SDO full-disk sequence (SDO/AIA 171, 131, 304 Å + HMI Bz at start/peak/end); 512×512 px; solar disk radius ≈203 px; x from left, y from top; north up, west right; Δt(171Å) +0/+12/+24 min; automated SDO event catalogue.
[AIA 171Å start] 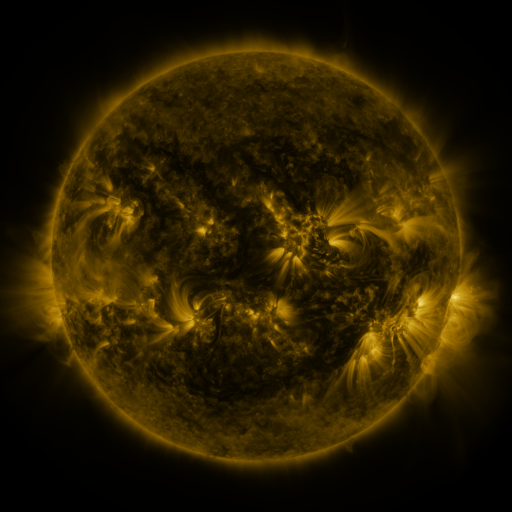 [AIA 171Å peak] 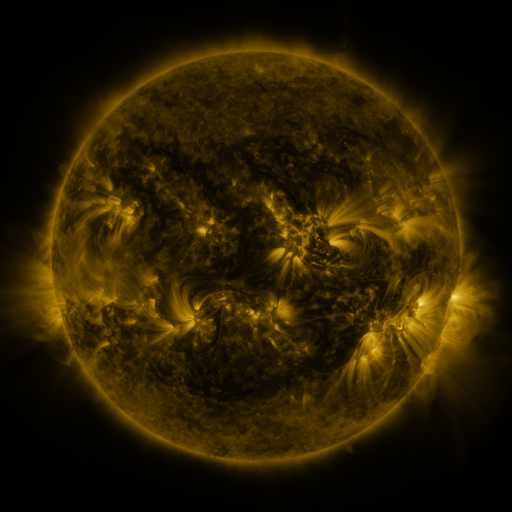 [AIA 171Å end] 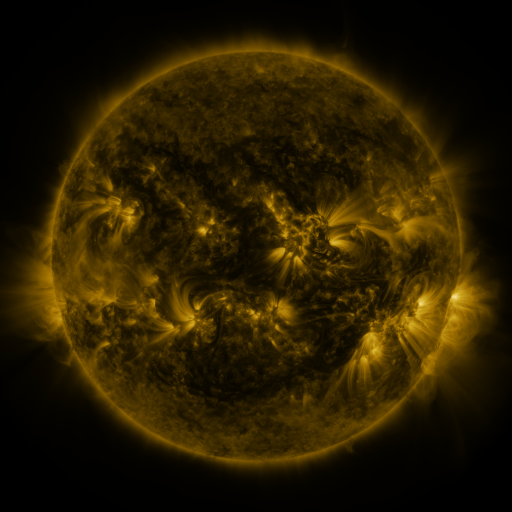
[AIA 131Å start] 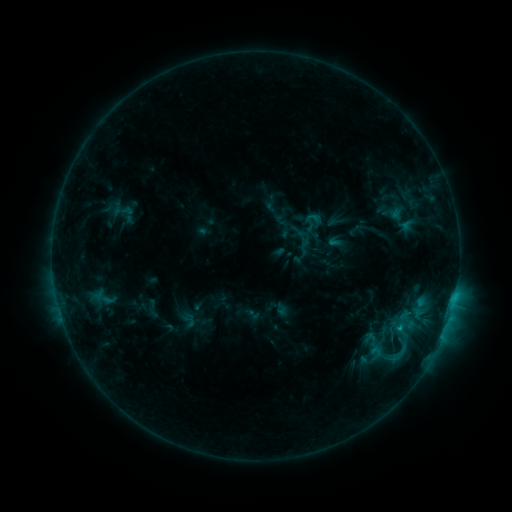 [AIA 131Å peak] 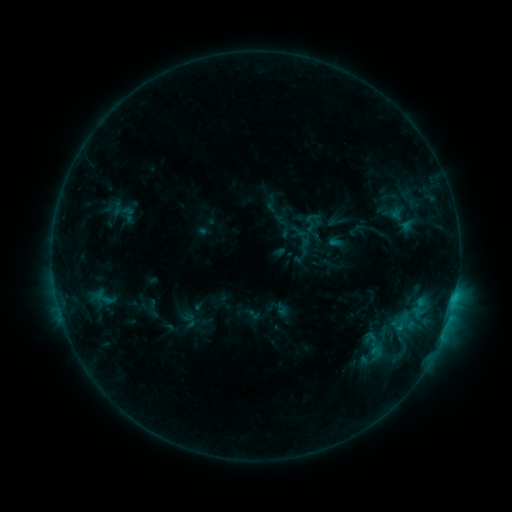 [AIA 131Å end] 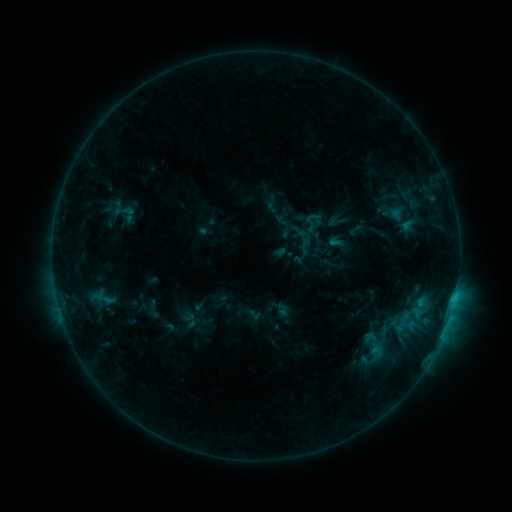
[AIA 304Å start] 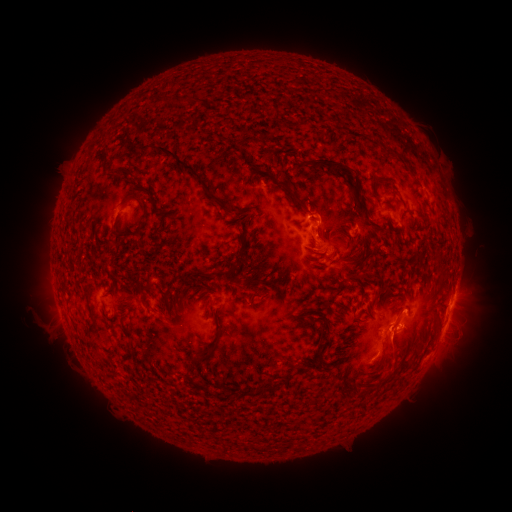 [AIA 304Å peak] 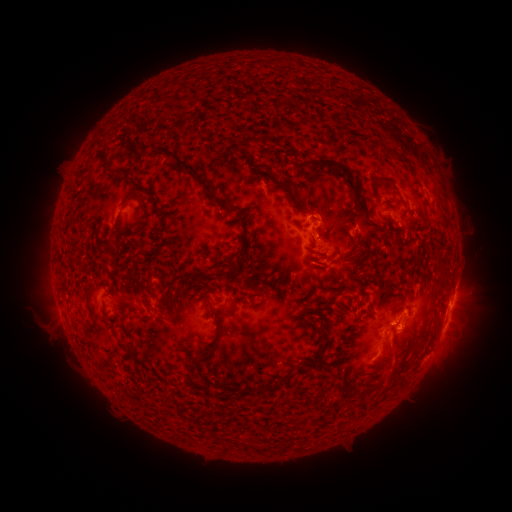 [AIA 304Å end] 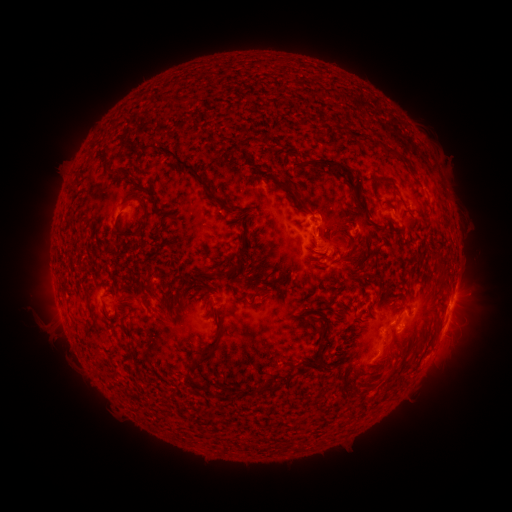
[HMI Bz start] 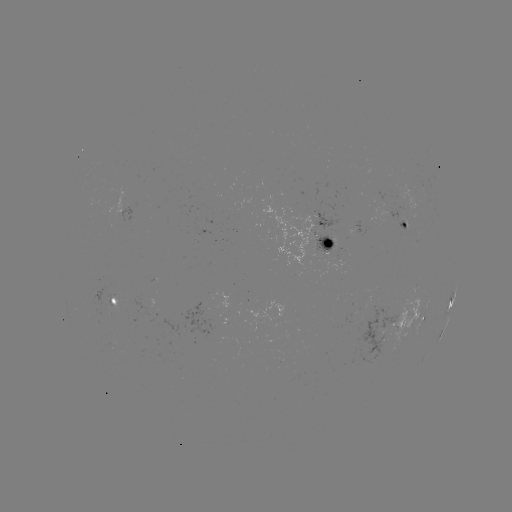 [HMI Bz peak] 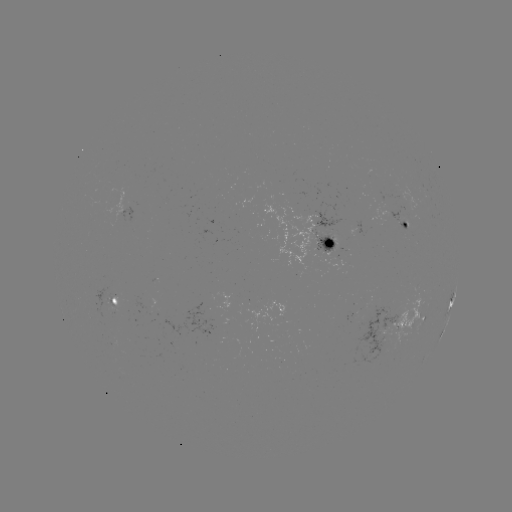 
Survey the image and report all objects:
eruption: (395, 362)
